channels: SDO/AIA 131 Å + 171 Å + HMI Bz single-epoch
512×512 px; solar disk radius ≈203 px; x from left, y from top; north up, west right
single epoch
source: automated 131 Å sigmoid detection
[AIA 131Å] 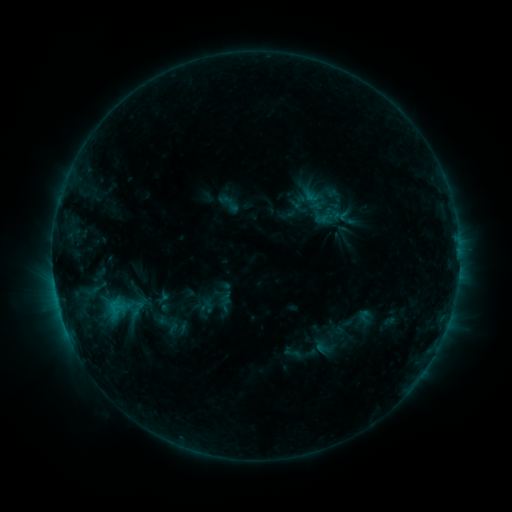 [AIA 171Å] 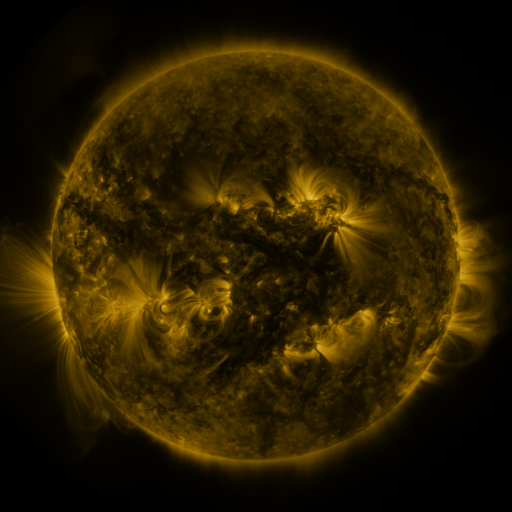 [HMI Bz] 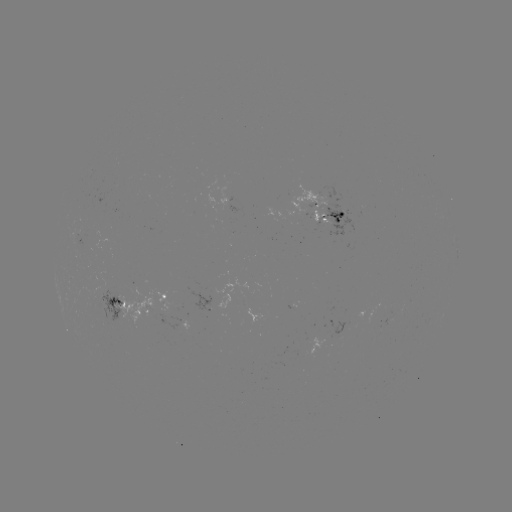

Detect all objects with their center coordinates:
sigmoid: (215, 190, 242, 217)
sigmoid: (312, 202, 340, 226)
